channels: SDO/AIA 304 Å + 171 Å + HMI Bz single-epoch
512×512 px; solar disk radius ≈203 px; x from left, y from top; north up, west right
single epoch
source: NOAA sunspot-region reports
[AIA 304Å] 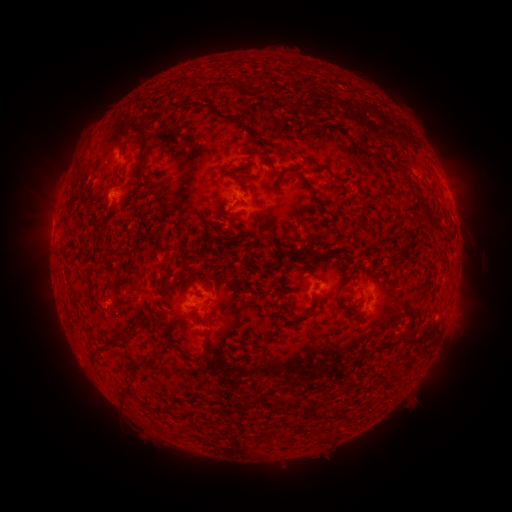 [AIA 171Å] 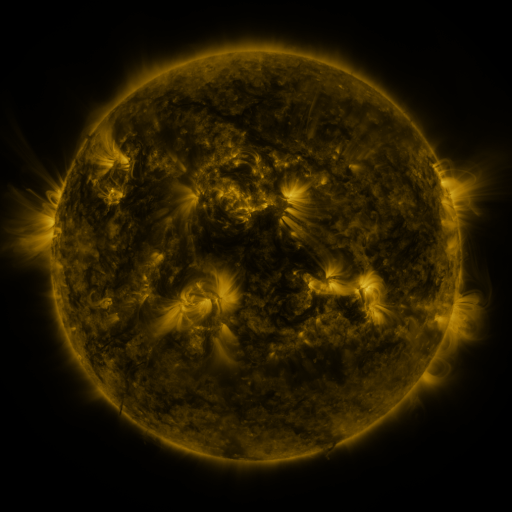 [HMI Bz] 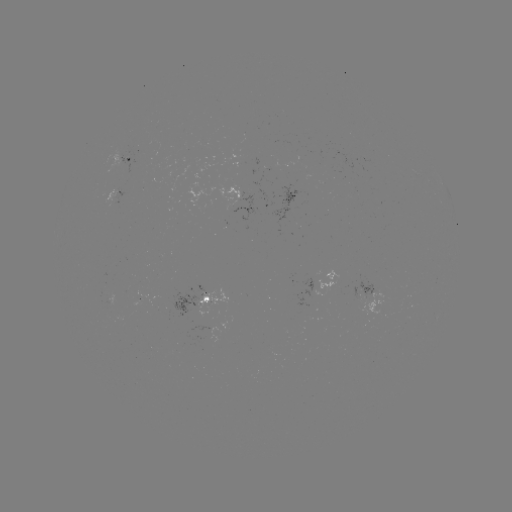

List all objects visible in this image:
spotted active region: (130, 159)
spotted active region: (112, 196)
spotted active region: (374, 288)
spotted active region: (206, 298)
